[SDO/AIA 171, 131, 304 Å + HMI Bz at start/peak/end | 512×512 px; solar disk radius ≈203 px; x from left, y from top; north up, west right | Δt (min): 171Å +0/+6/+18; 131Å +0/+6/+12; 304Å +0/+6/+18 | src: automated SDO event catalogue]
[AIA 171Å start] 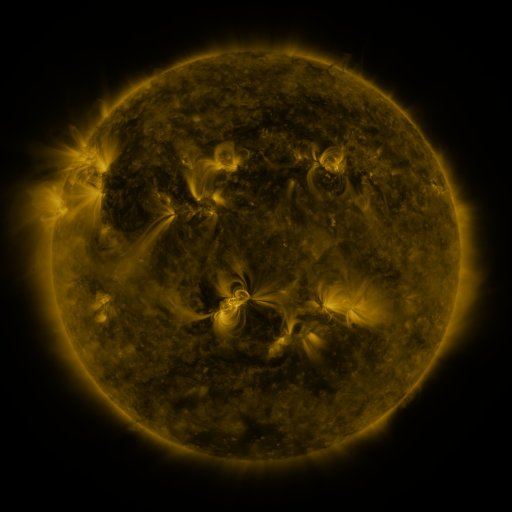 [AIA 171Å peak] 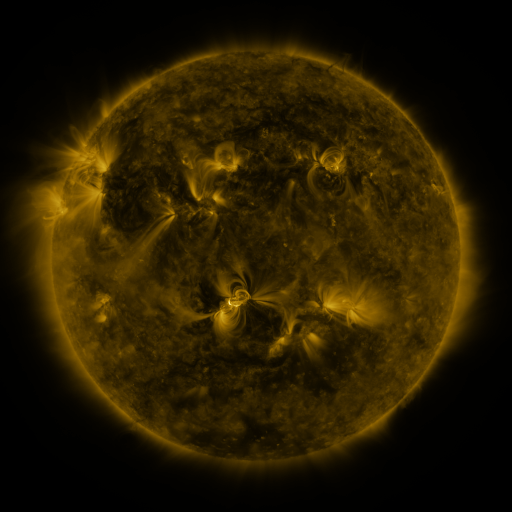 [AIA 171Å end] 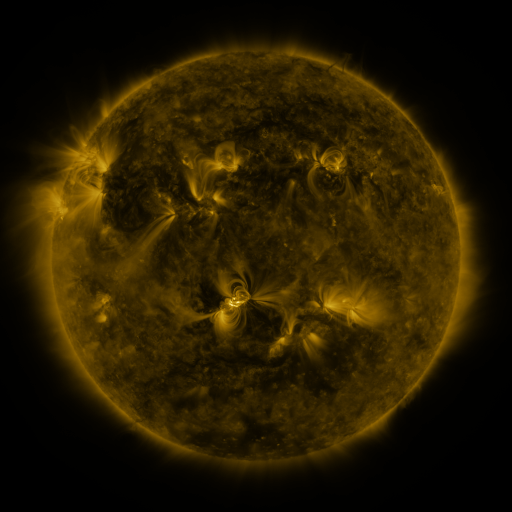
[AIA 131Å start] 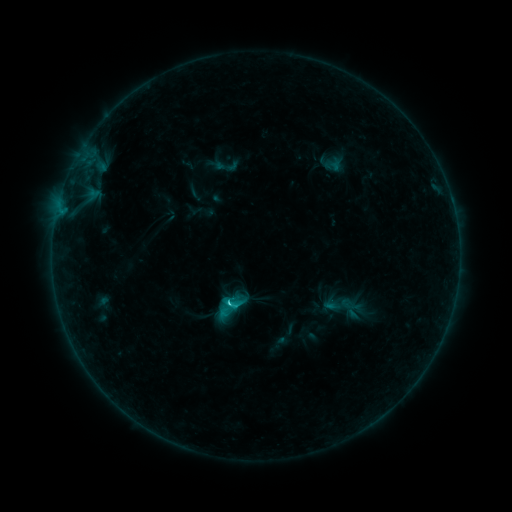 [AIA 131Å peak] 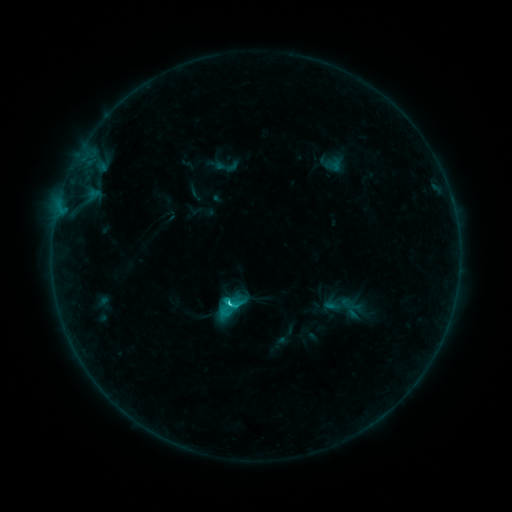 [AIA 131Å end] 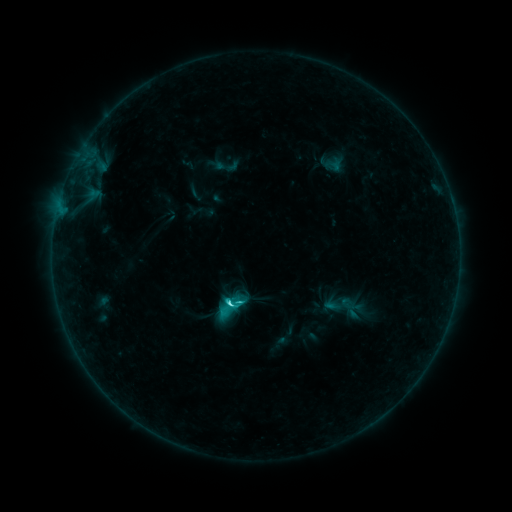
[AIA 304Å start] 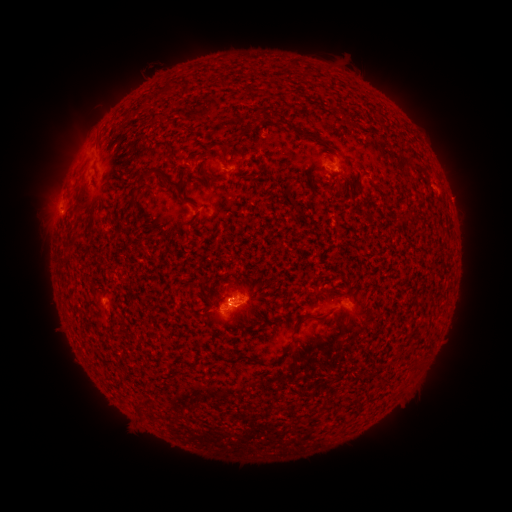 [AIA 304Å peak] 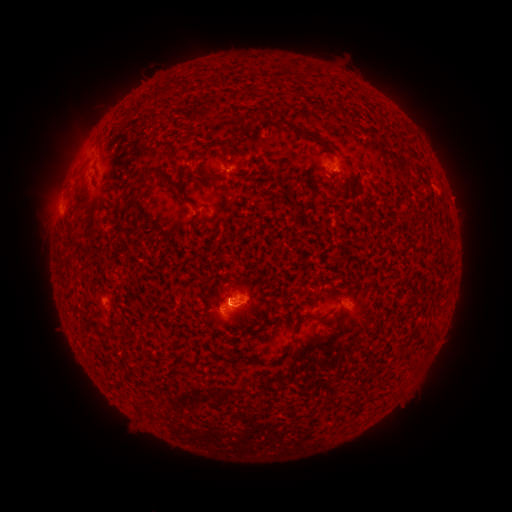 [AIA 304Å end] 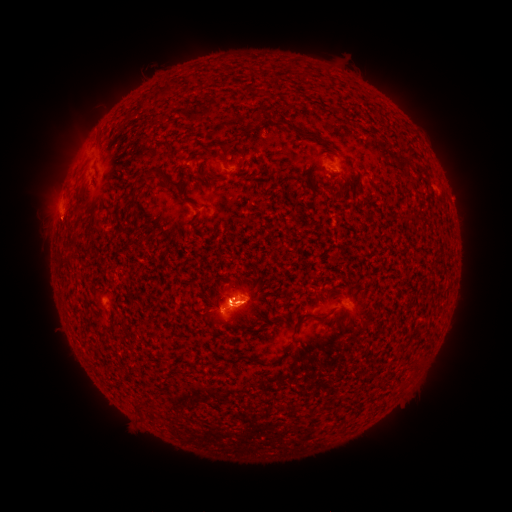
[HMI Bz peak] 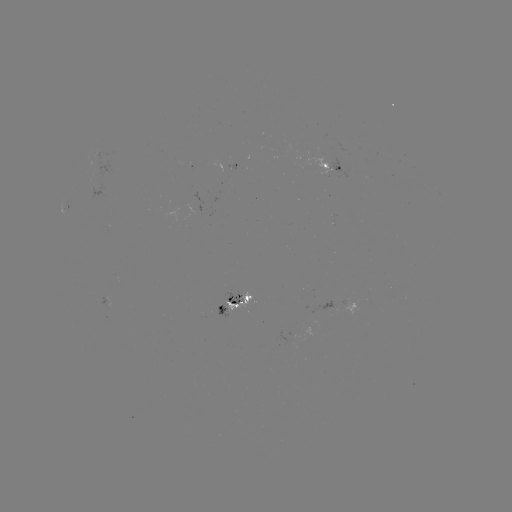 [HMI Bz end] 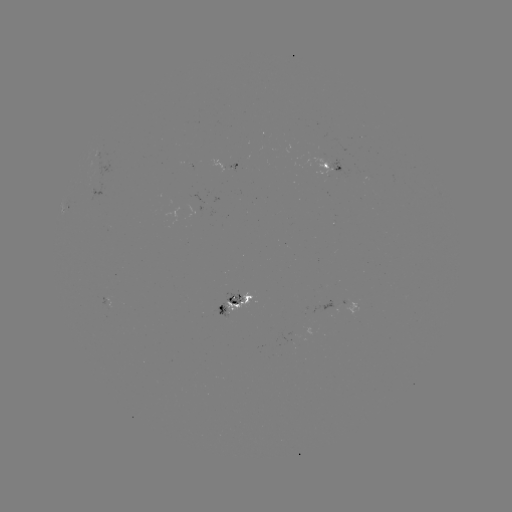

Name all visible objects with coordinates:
C4.7 flare: (232, 302)
